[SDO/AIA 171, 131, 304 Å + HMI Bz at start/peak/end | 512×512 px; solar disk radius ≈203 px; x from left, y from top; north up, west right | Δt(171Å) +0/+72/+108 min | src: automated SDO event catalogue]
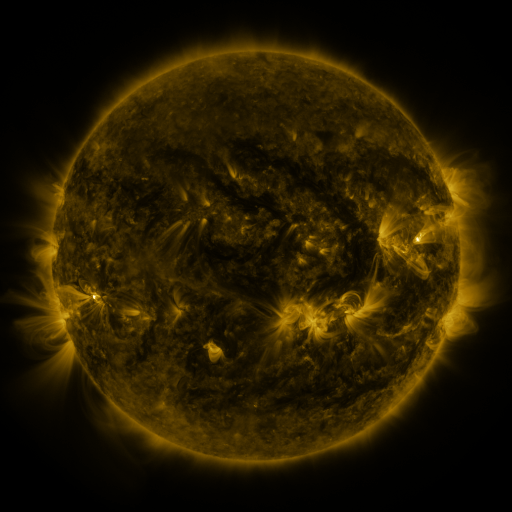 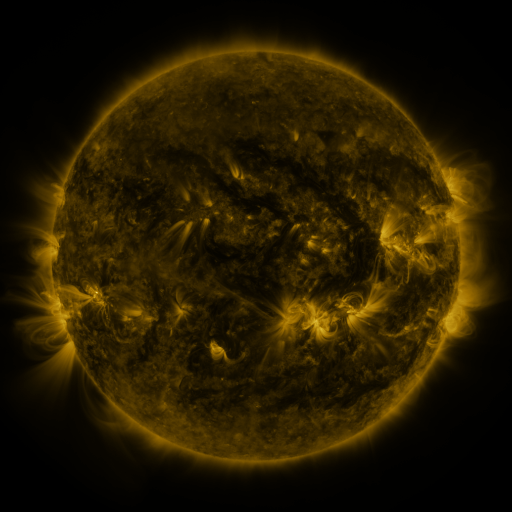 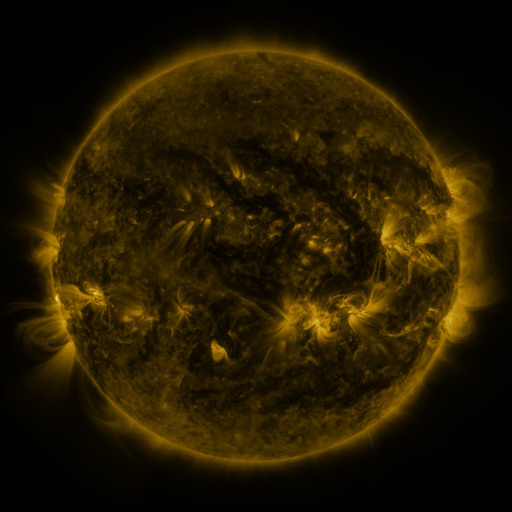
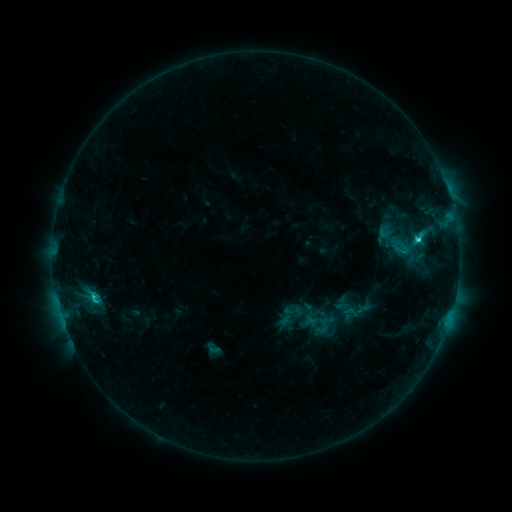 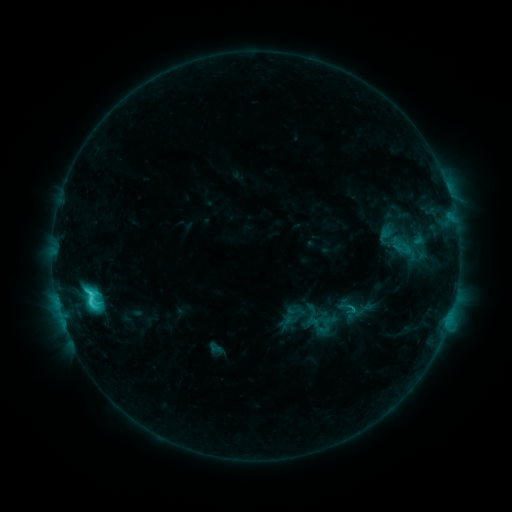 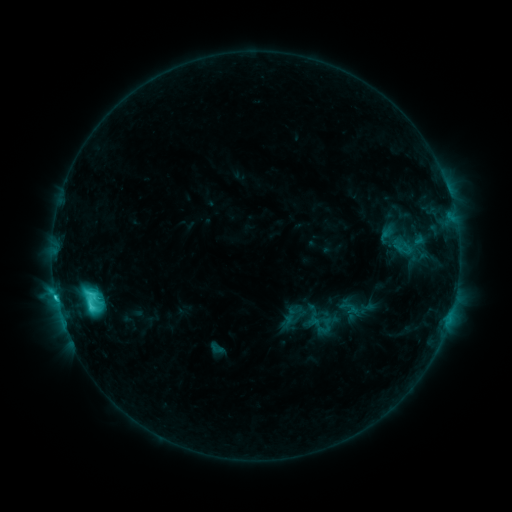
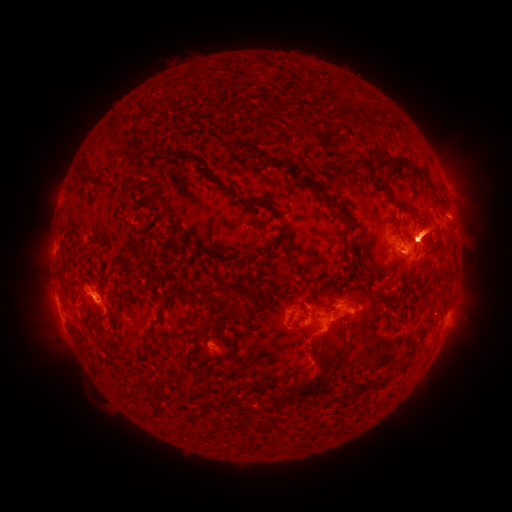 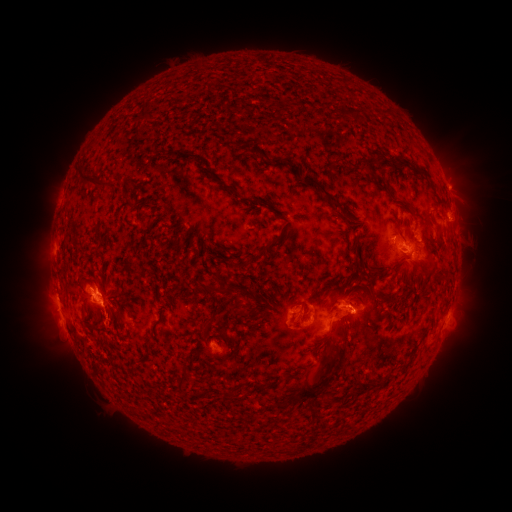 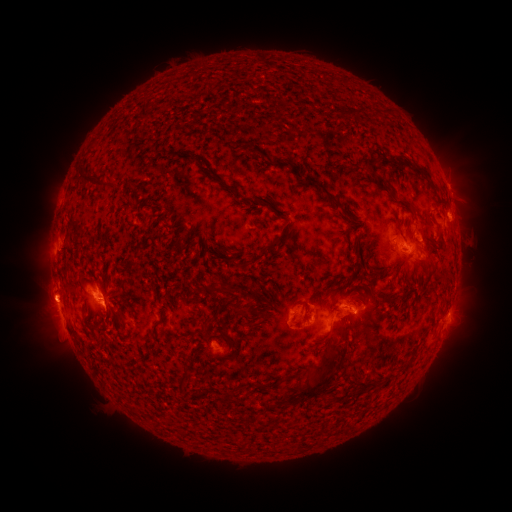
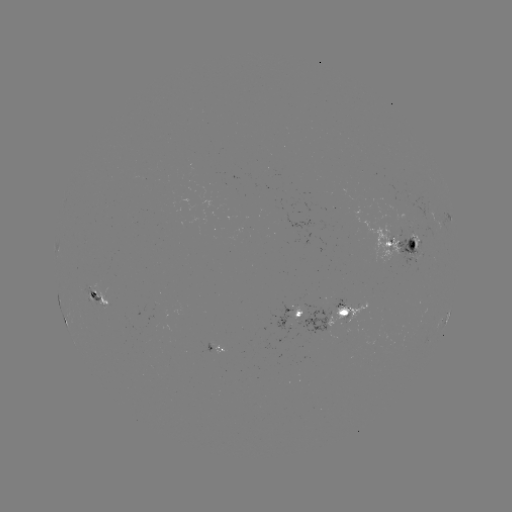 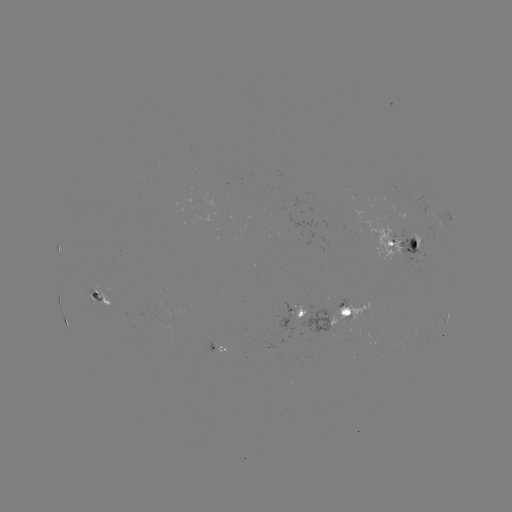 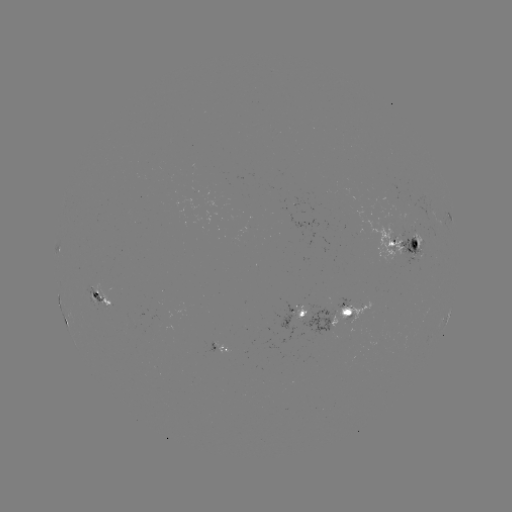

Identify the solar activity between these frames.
emerging-flux region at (356, 234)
